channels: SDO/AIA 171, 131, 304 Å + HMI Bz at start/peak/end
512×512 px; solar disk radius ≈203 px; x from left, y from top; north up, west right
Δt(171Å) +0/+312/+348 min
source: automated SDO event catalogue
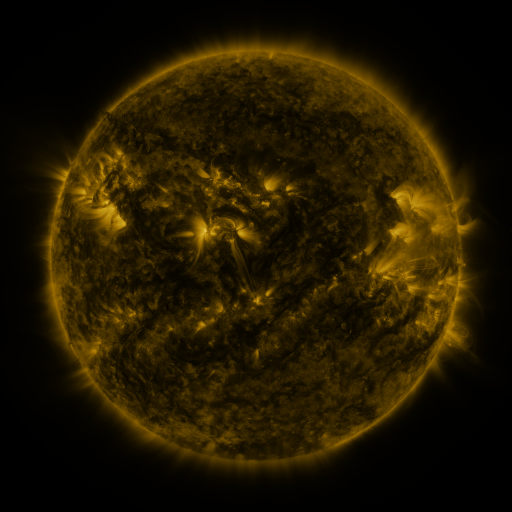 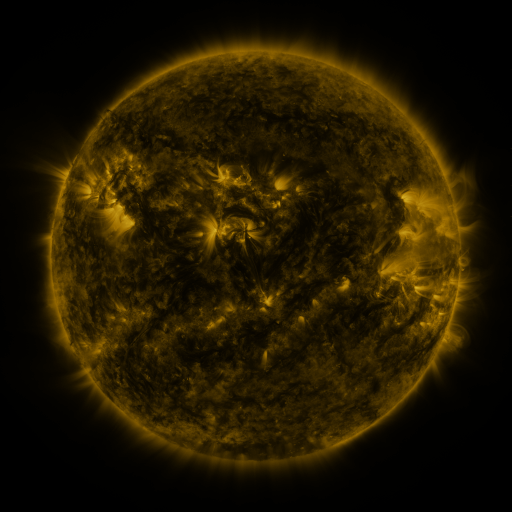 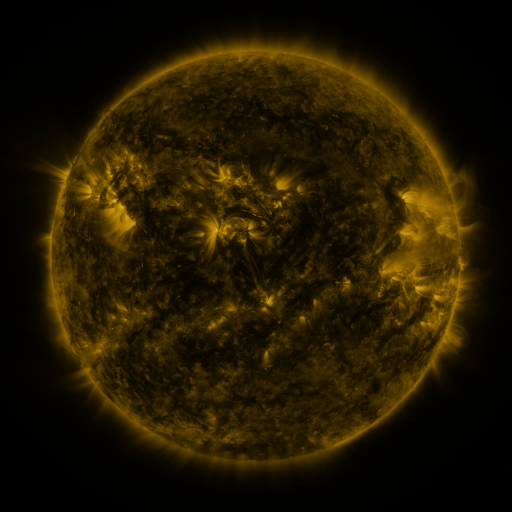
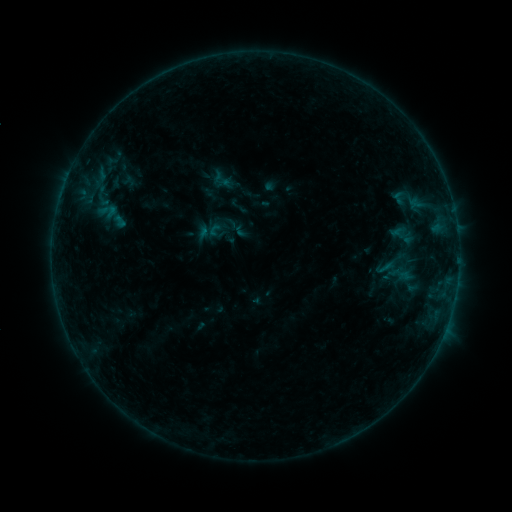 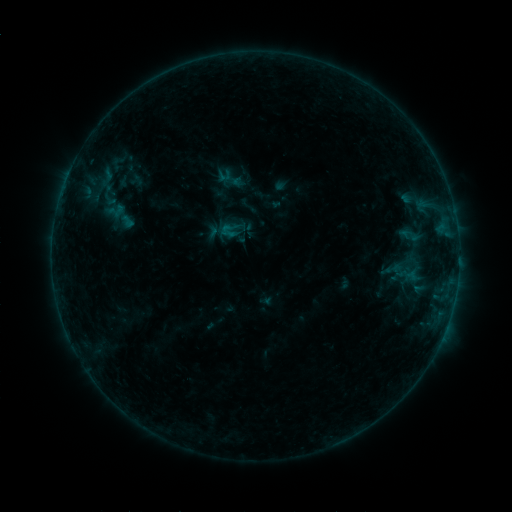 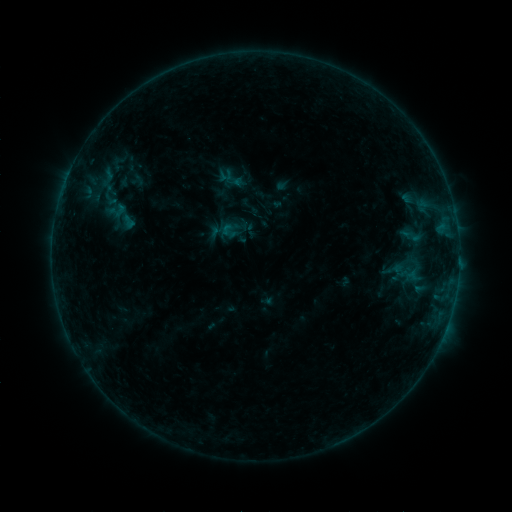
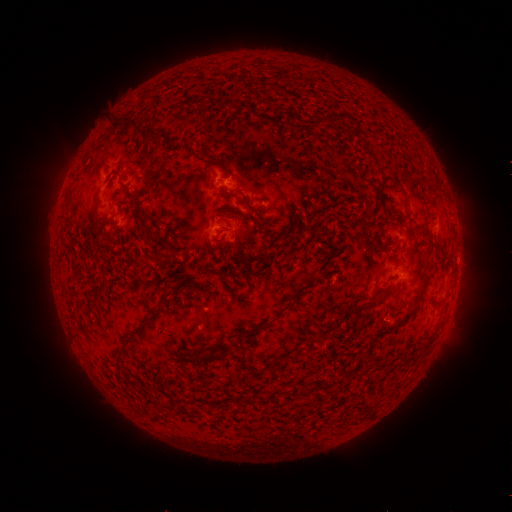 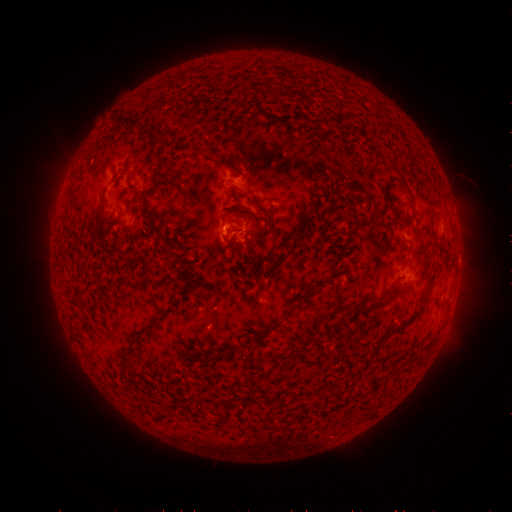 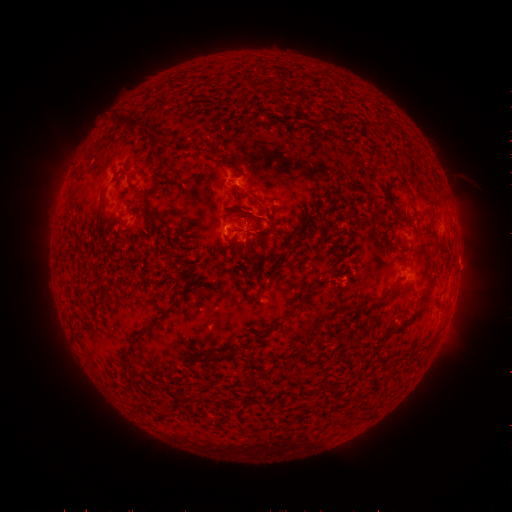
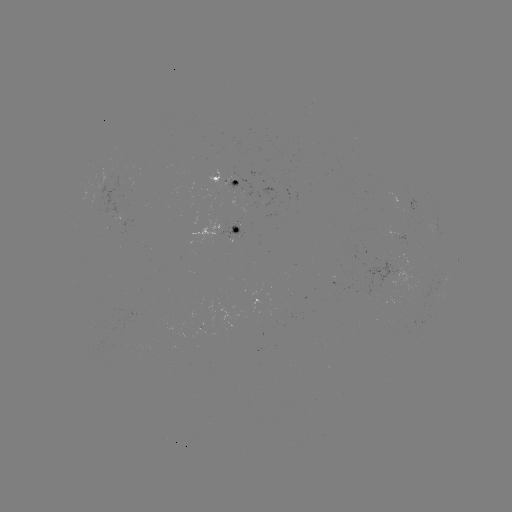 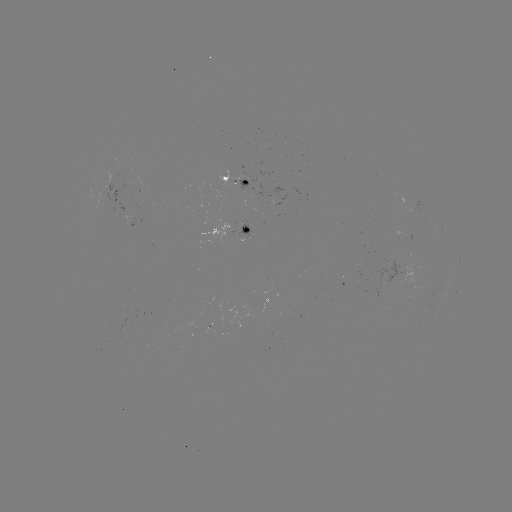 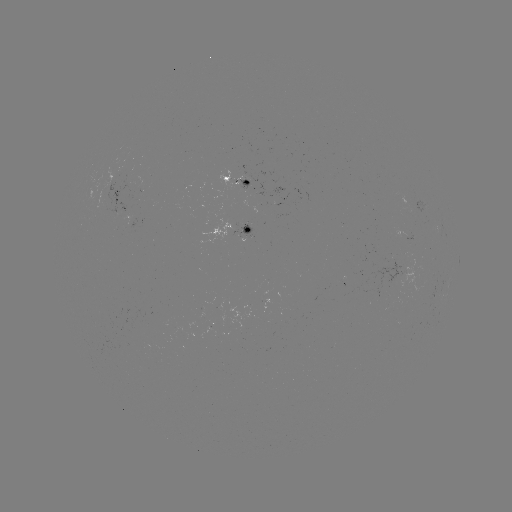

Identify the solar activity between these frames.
emerging-flux region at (247, 235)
